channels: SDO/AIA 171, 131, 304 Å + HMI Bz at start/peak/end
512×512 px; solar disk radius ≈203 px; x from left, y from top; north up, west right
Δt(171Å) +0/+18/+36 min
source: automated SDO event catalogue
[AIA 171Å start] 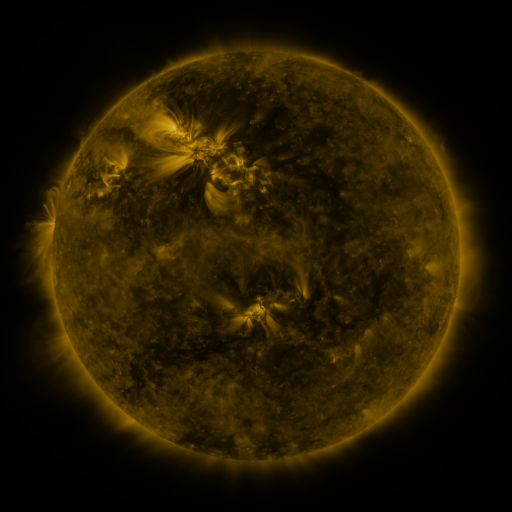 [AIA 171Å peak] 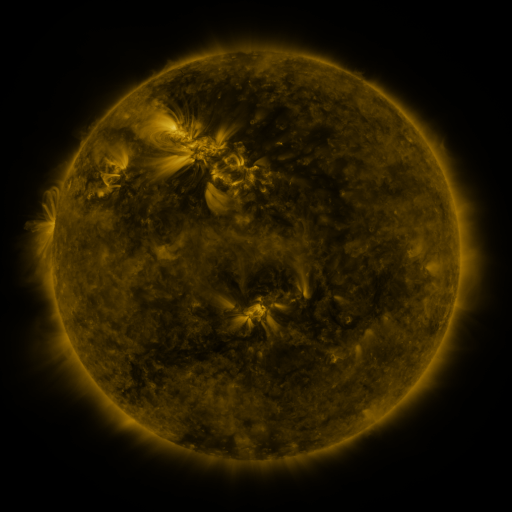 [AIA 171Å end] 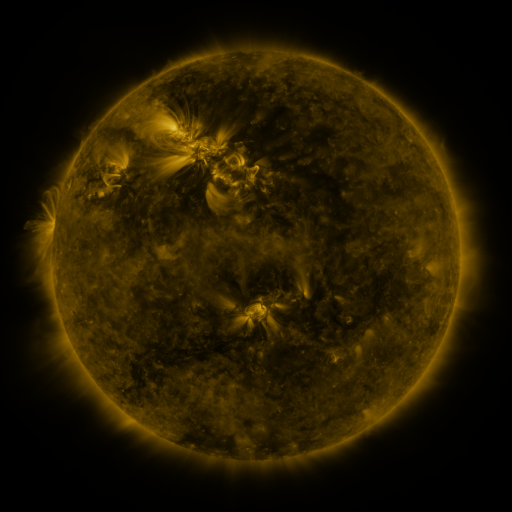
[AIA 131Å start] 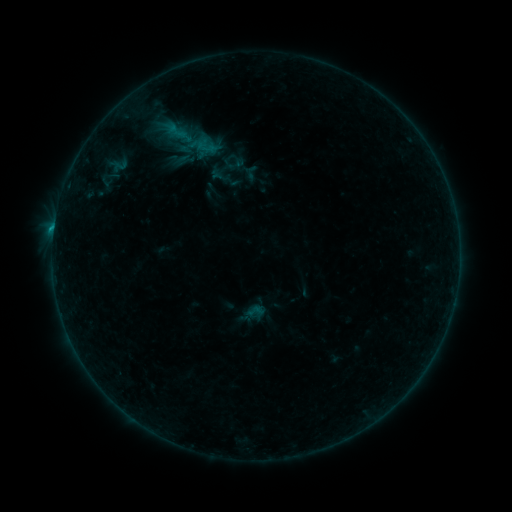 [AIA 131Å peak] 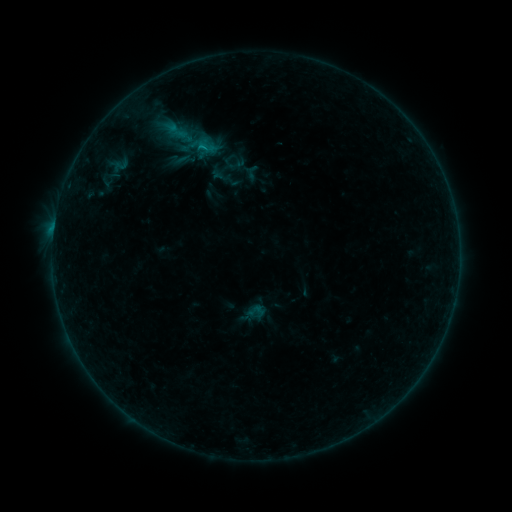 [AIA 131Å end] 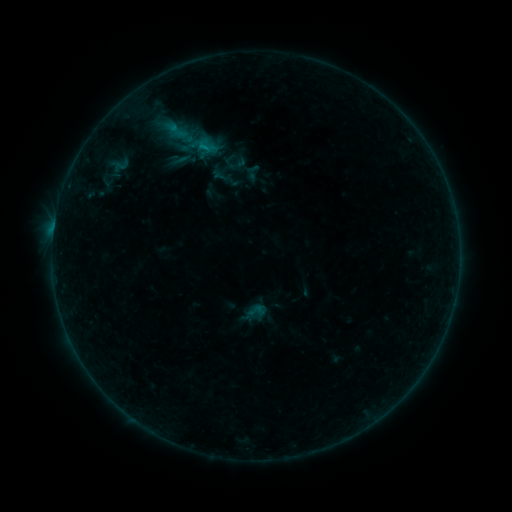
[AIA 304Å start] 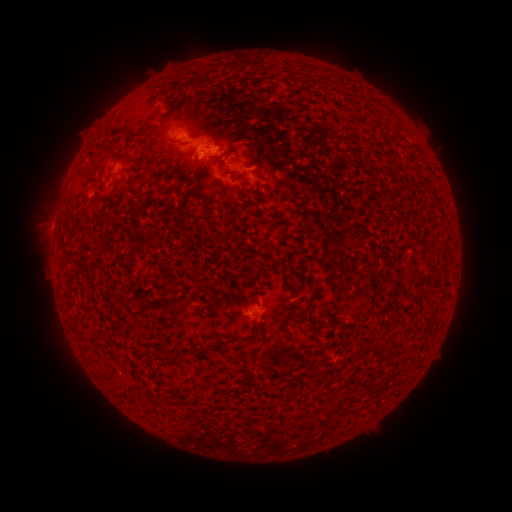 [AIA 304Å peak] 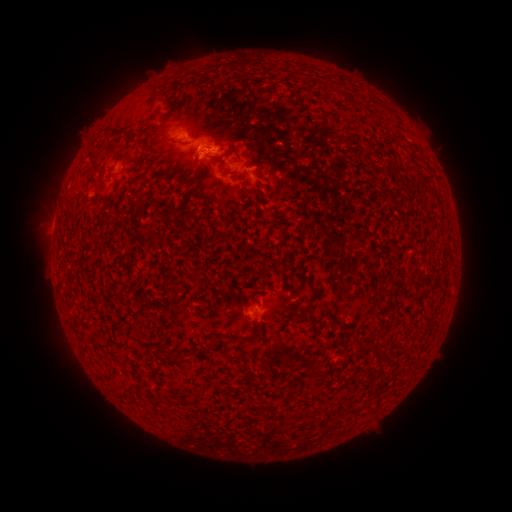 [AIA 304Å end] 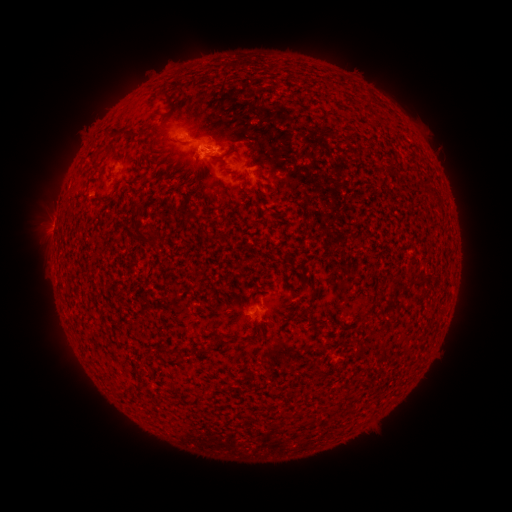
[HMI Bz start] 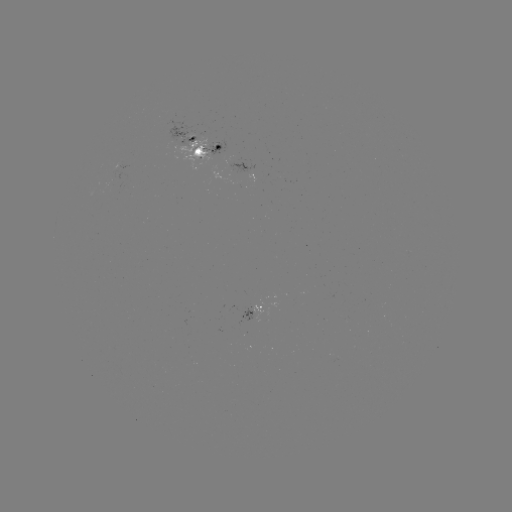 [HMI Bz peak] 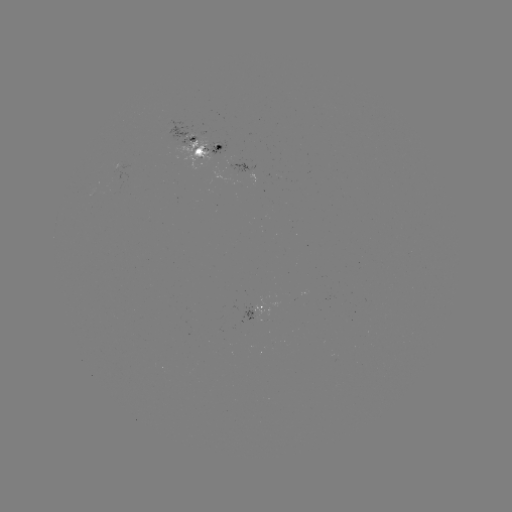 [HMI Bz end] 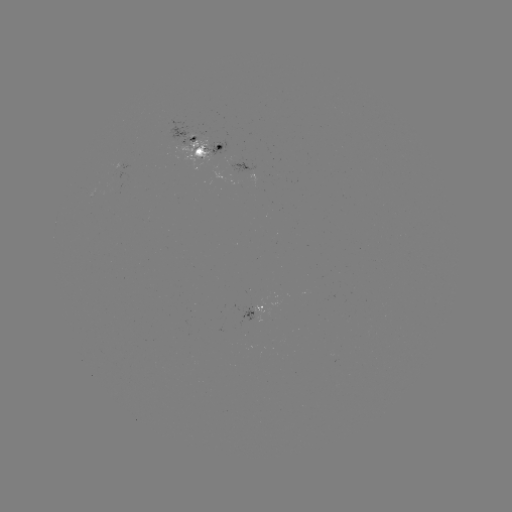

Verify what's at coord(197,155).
emerging-flux region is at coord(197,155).